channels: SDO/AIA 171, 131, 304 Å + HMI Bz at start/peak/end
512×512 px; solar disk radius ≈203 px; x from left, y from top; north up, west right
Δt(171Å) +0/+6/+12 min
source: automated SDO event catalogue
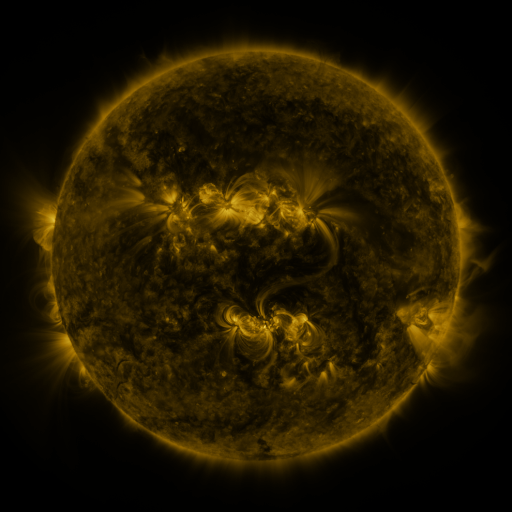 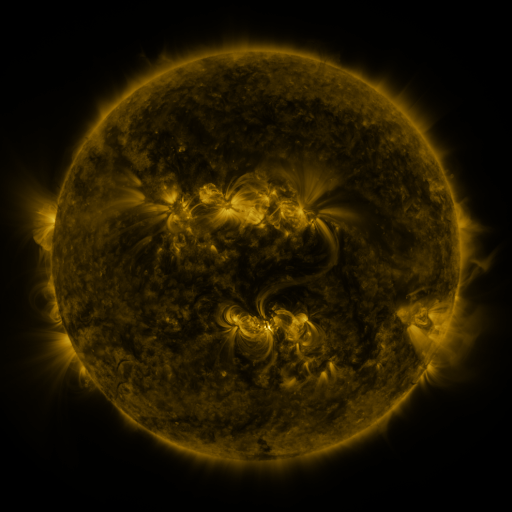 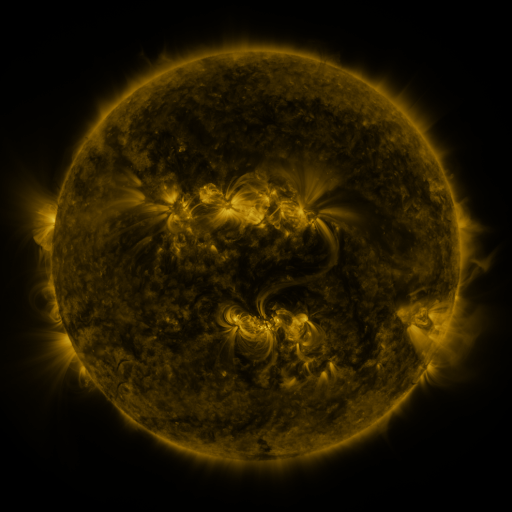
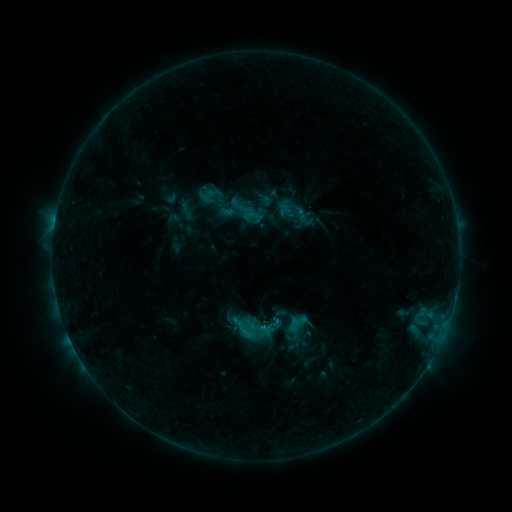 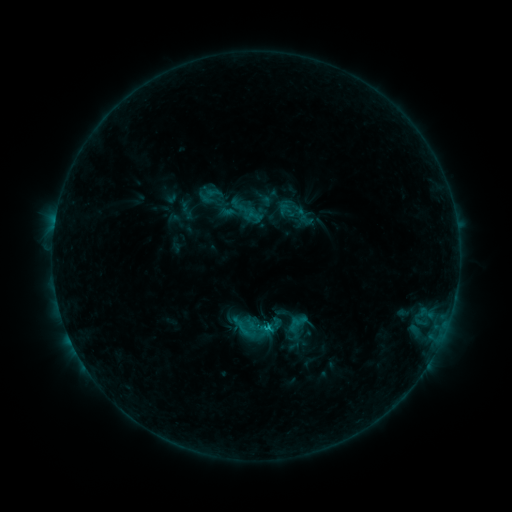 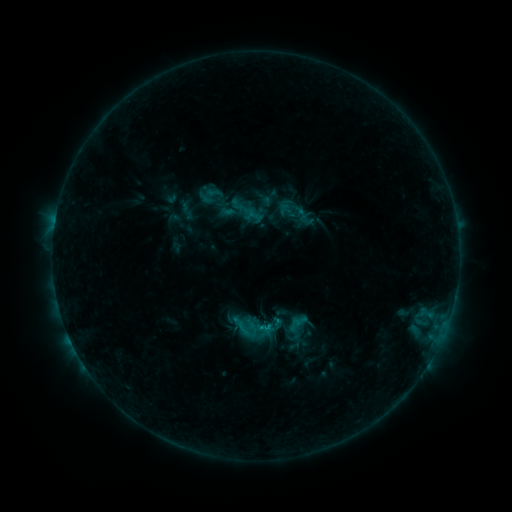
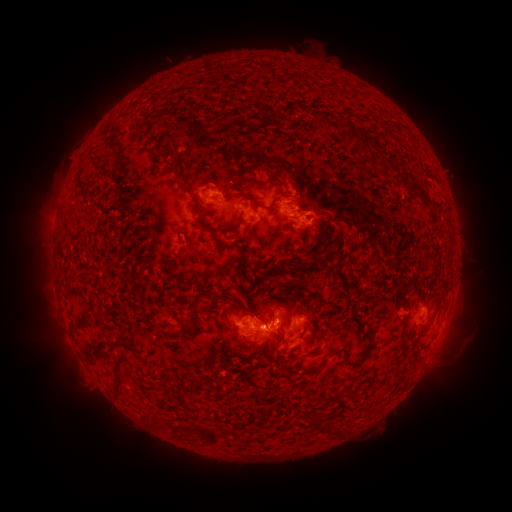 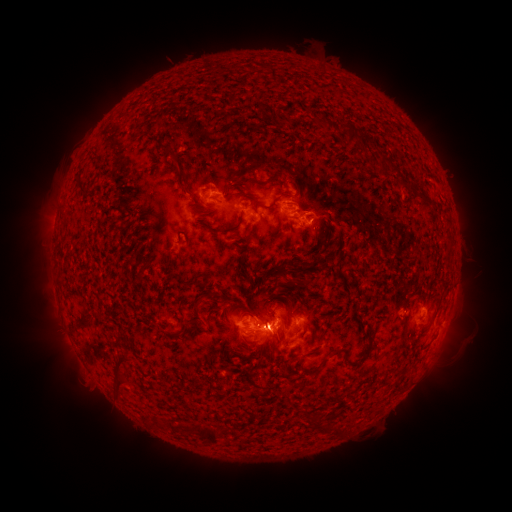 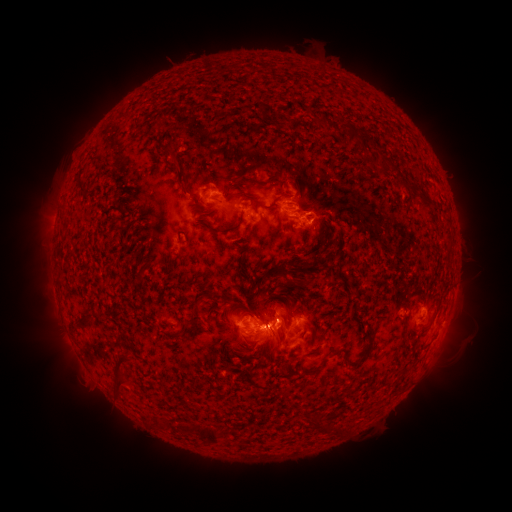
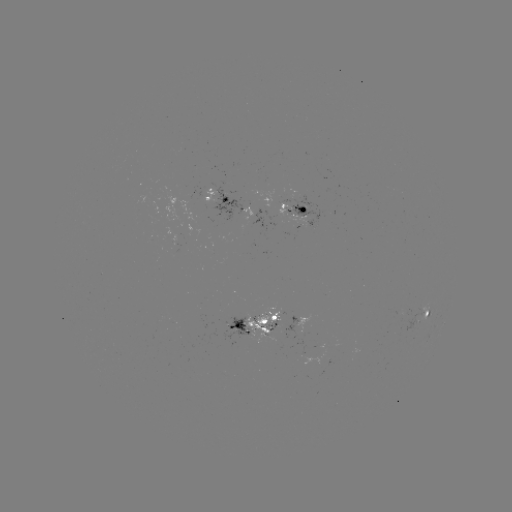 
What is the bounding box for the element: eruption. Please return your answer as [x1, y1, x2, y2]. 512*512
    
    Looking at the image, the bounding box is [254, 280, 295, 364].